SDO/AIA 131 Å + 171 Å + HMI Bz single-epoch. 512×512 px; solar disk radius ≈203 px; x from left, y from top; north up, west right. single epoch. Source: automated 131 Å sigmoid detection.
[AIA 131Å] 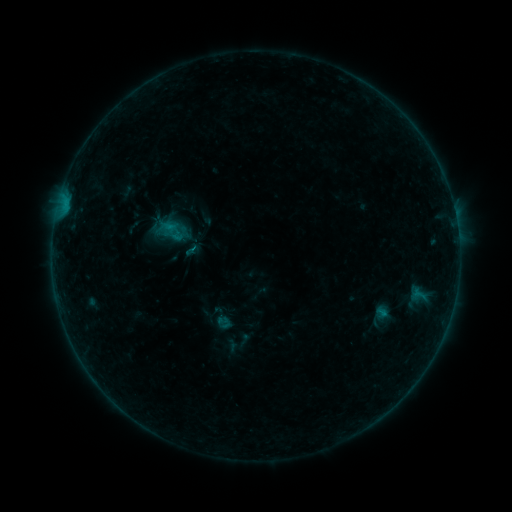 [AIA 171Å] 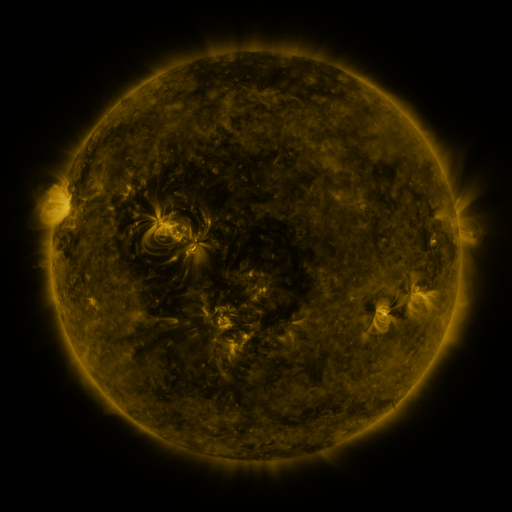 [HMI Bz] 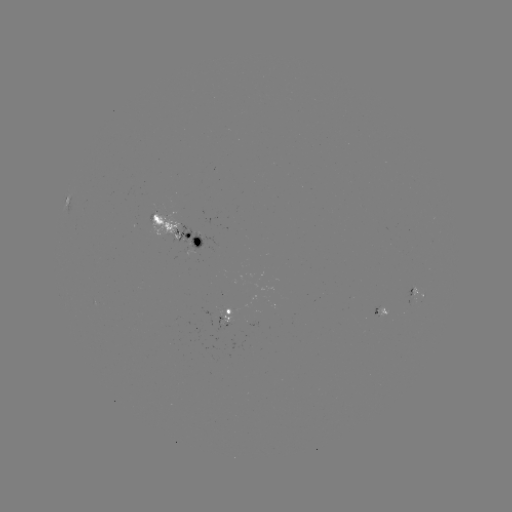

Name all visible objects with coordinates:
sigmoid: (171, 236)
